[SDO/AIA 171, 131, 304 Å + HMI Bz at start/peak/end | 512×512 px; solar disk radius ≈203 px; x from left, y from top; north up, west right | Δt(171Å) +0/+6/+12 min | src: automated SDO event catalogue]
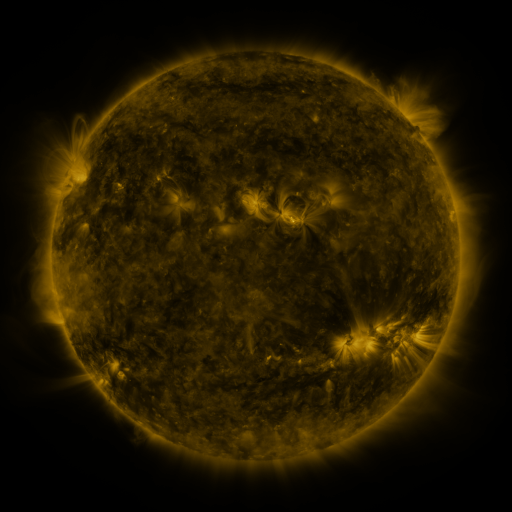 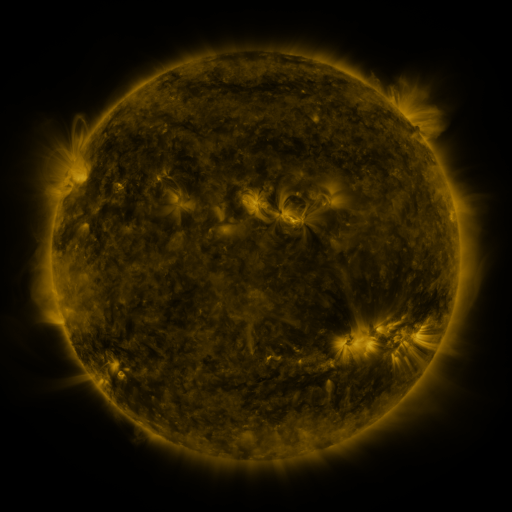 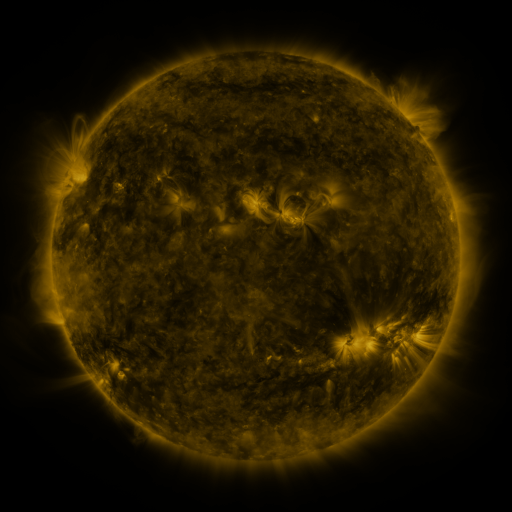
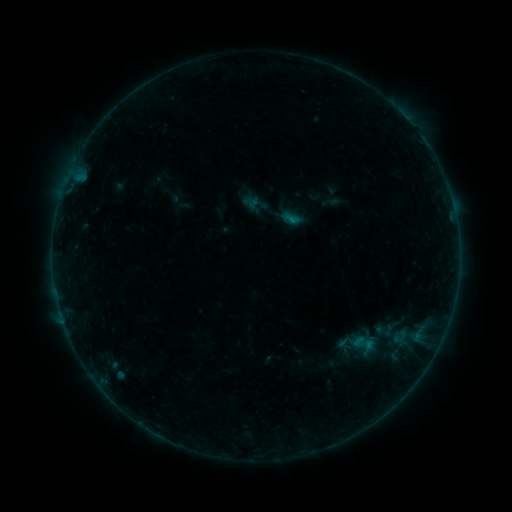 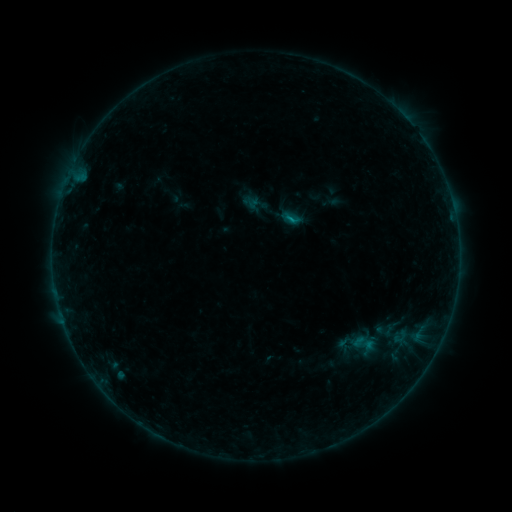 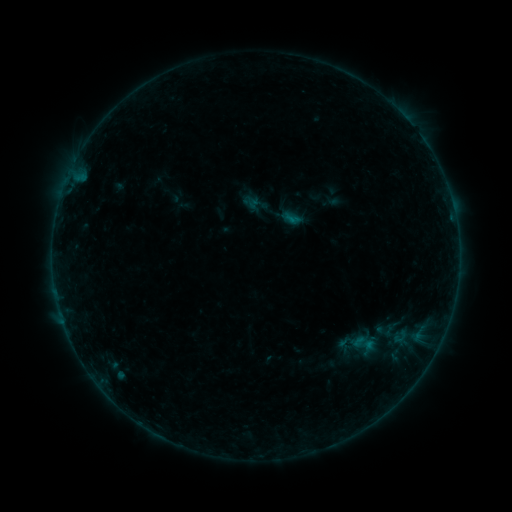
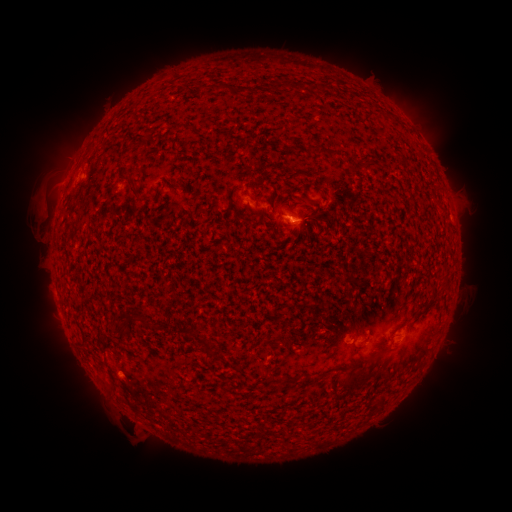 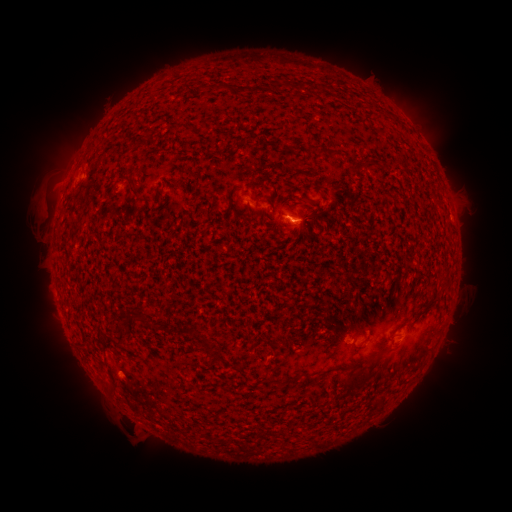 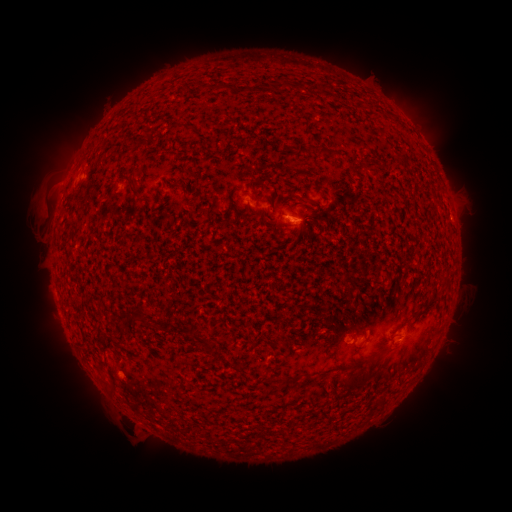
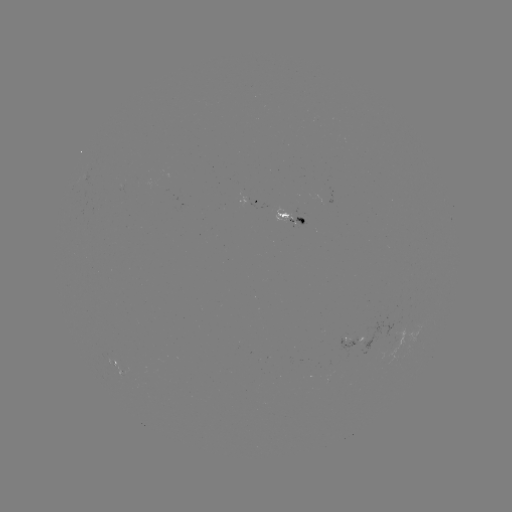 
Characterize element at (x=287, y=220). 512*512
B2.4 flare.